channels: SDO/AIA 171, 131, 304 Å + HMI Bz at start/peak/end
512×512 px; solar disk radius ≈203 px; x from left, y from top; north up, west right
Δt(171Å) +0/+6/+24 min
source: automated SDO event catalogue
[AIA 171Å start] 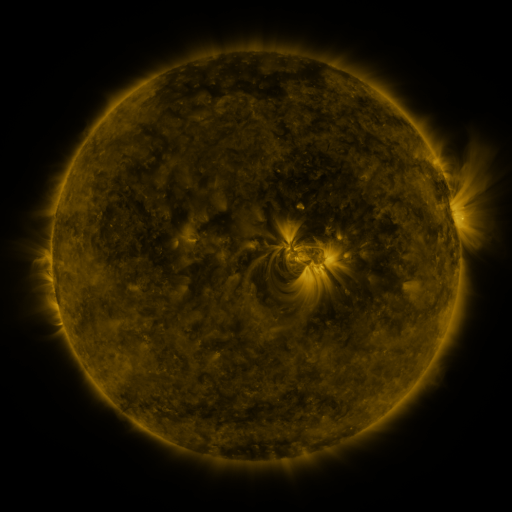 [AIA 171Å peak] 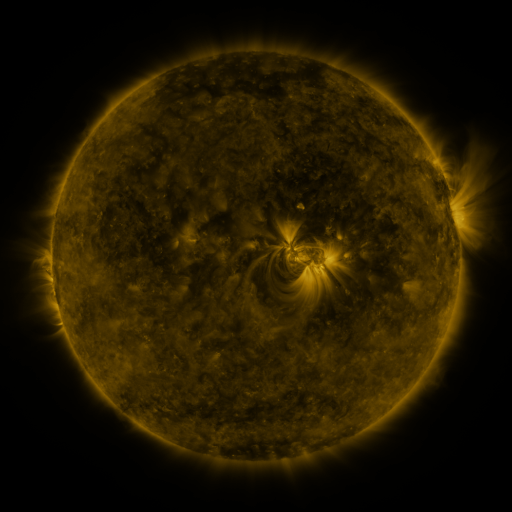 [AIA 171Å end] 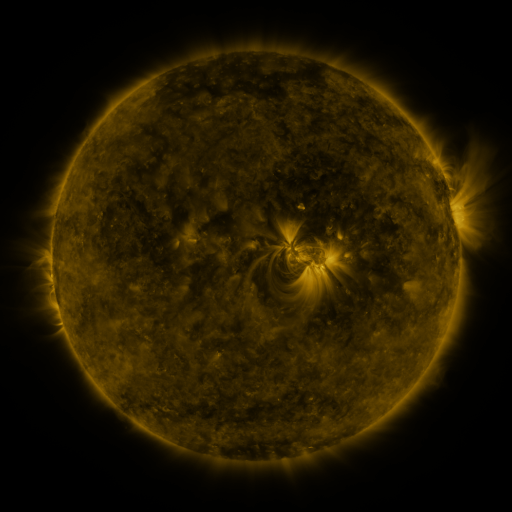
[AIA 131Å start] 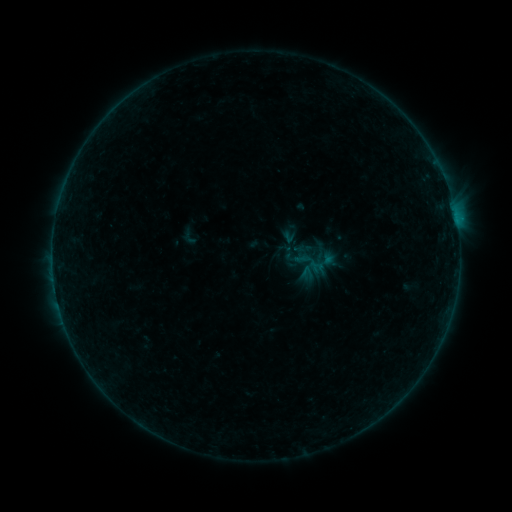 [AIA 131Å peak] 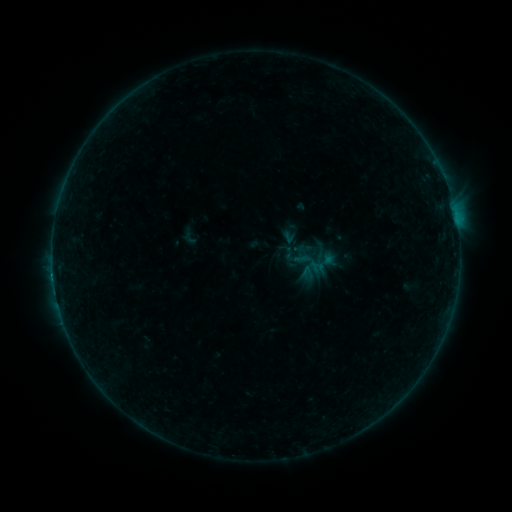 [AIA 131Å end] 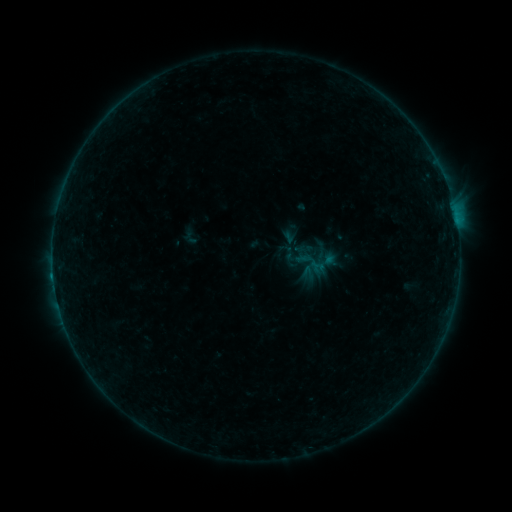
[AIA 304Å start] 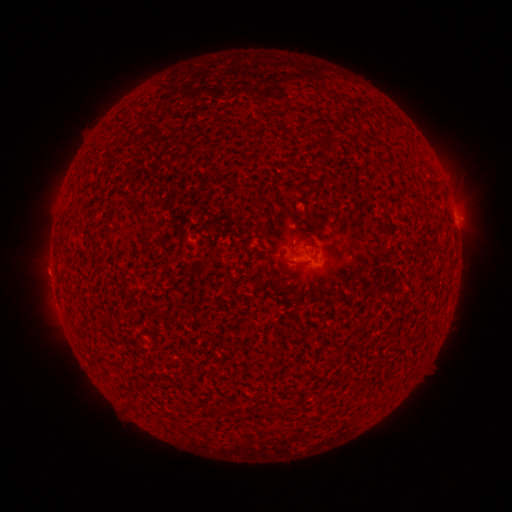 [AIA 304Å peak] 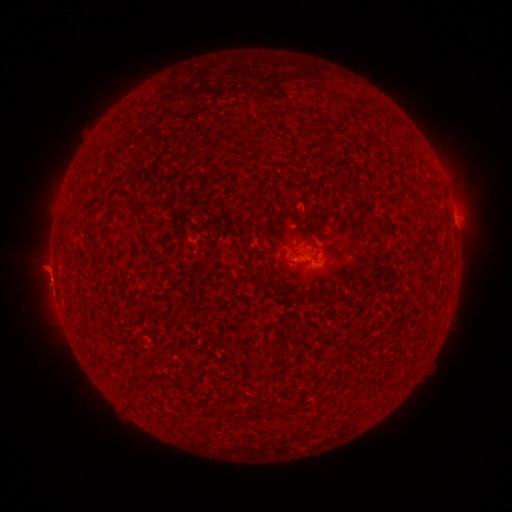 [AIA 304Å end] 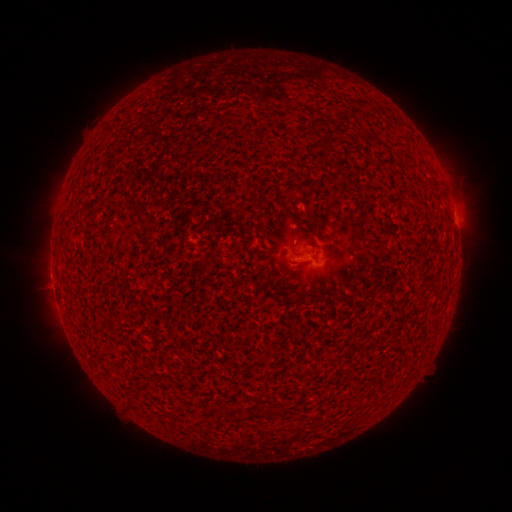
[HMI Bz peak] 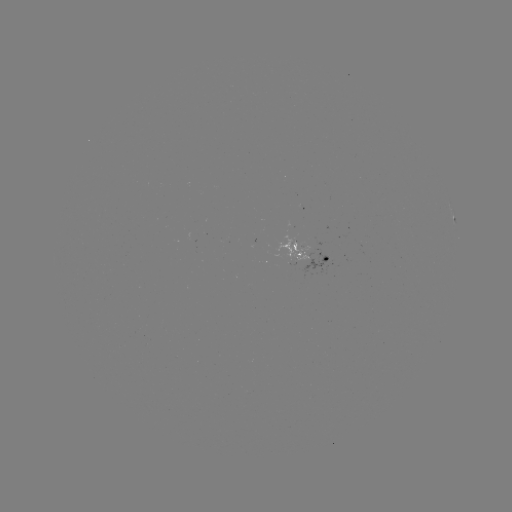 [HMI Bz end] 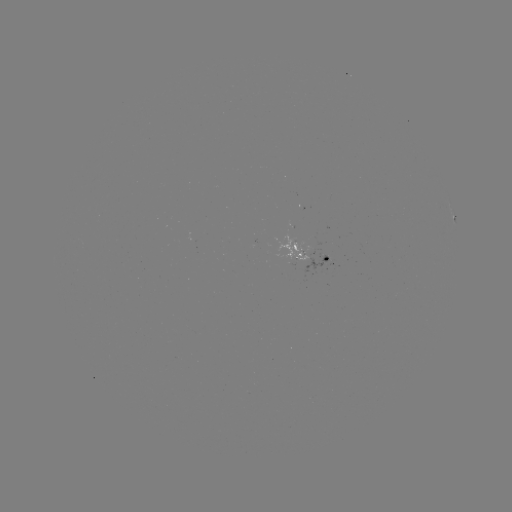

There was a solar flare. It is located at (53, 274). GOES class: B3.0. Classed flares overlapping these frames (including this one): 1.